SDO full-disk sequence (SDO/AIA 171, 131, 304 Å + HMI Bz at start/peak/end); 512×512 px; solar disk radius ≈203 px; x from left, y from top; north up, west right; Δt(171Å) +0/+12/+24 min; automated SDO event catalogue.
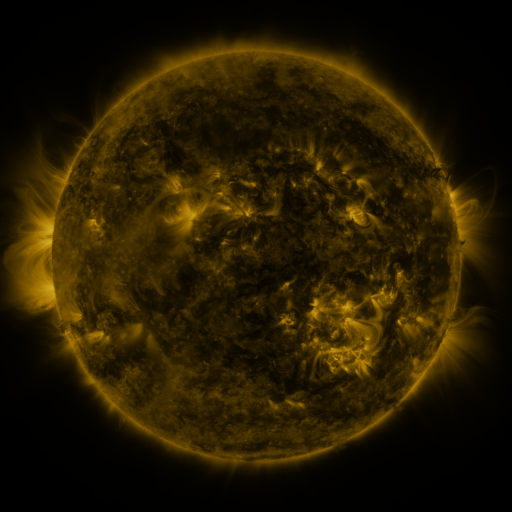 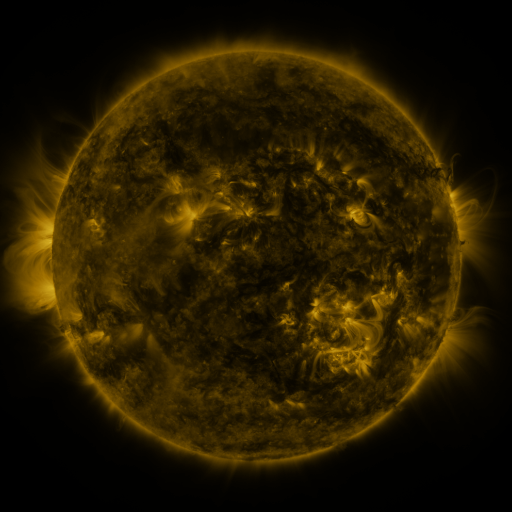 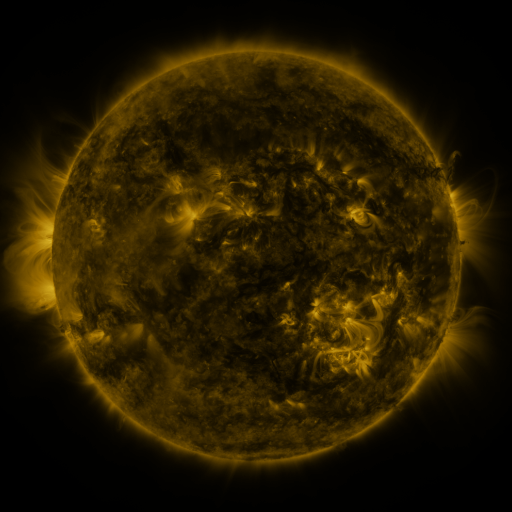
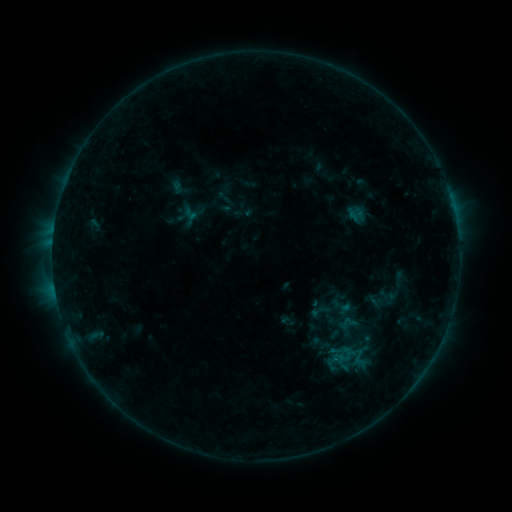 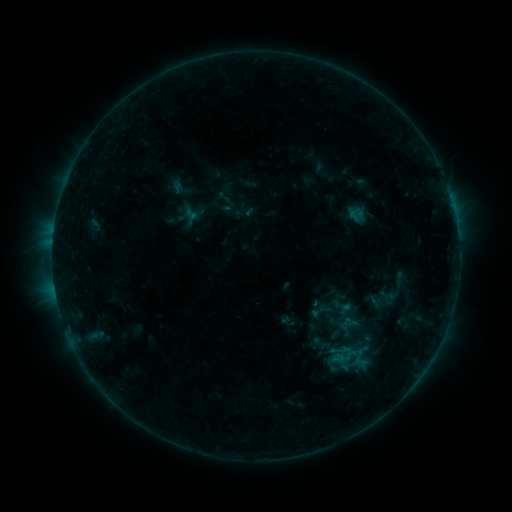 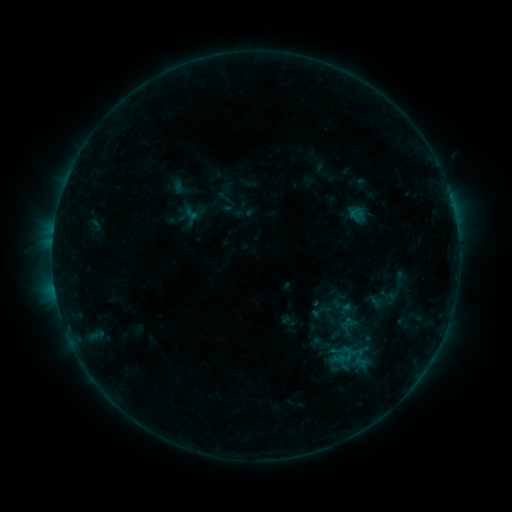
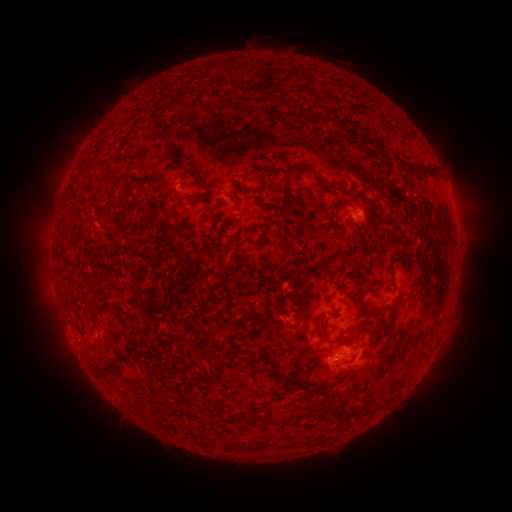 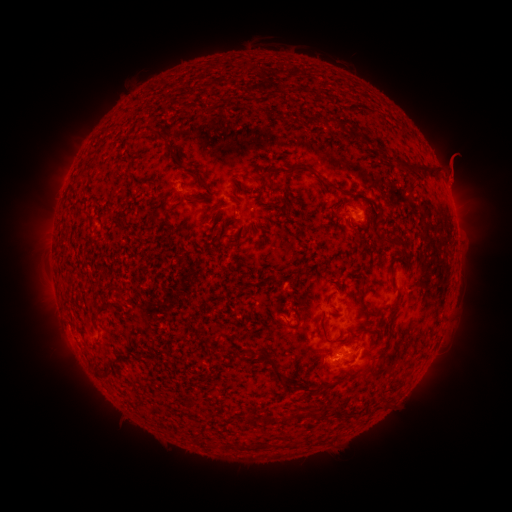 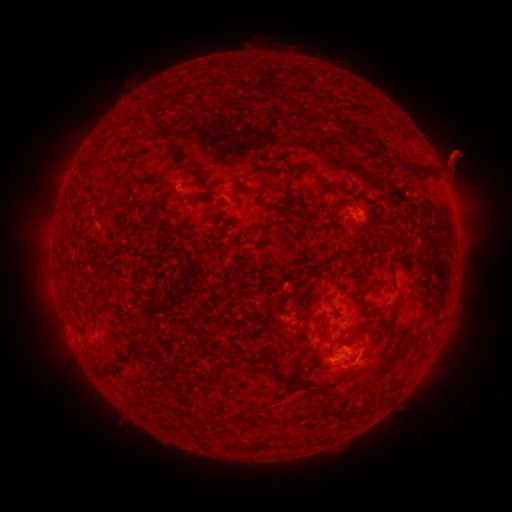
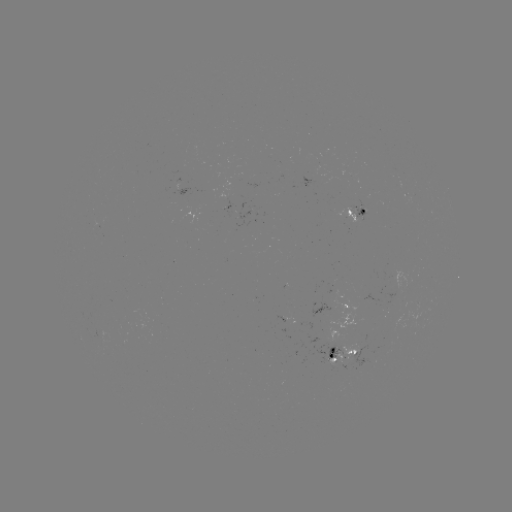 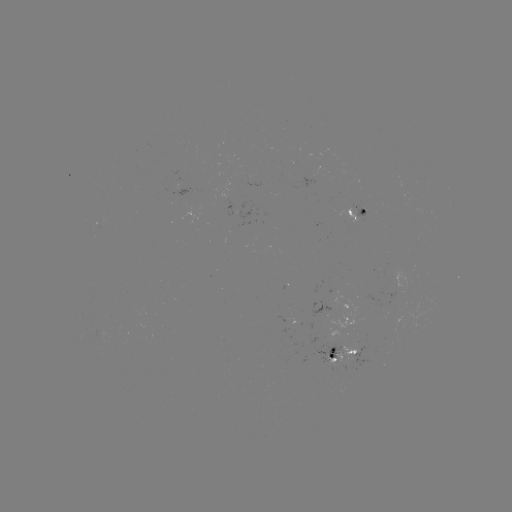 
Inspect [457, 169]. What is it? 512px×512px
eruption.